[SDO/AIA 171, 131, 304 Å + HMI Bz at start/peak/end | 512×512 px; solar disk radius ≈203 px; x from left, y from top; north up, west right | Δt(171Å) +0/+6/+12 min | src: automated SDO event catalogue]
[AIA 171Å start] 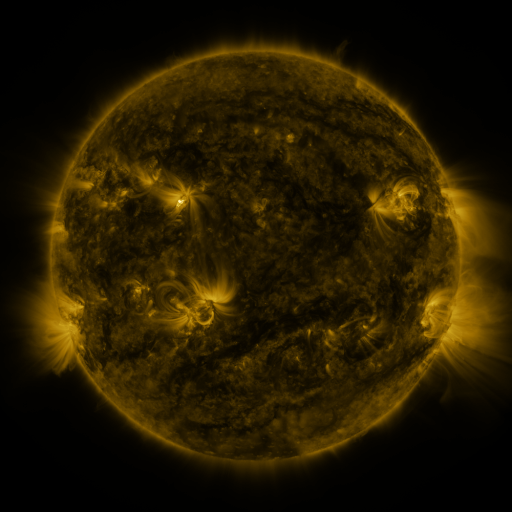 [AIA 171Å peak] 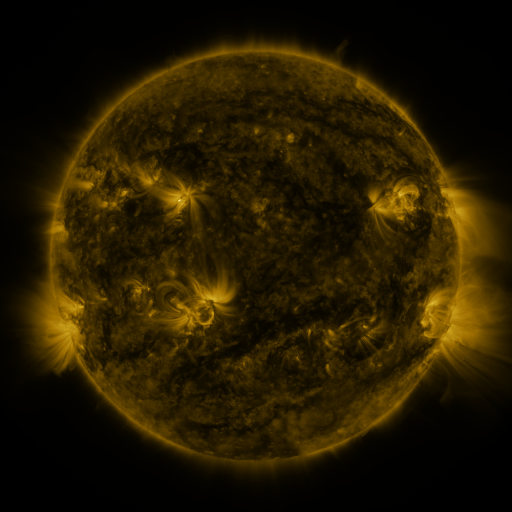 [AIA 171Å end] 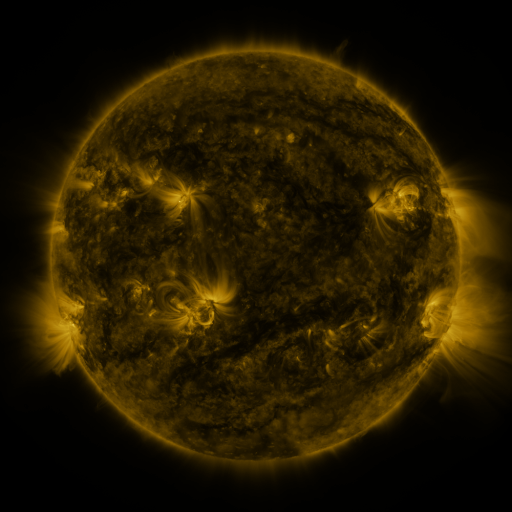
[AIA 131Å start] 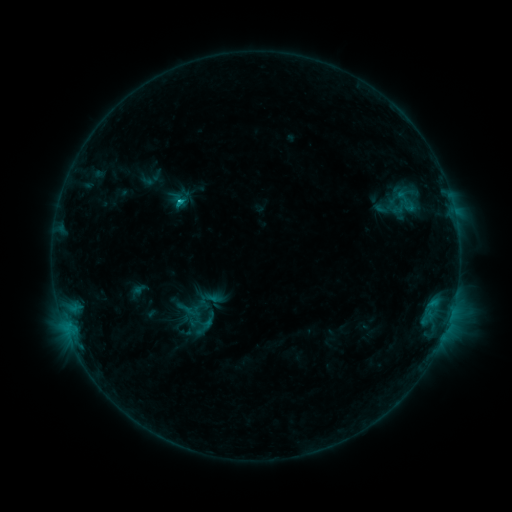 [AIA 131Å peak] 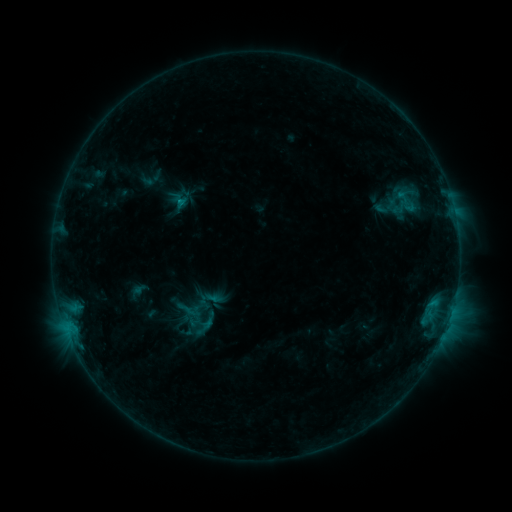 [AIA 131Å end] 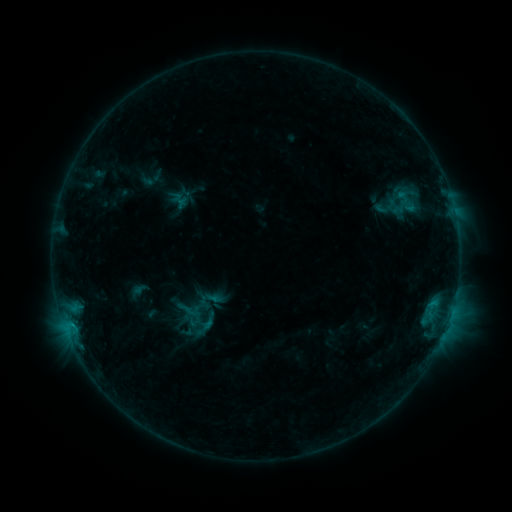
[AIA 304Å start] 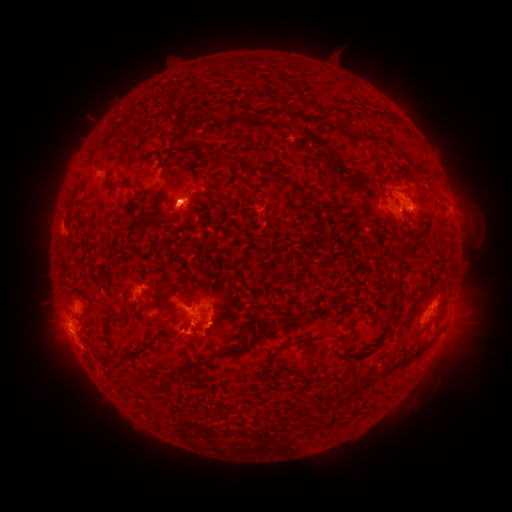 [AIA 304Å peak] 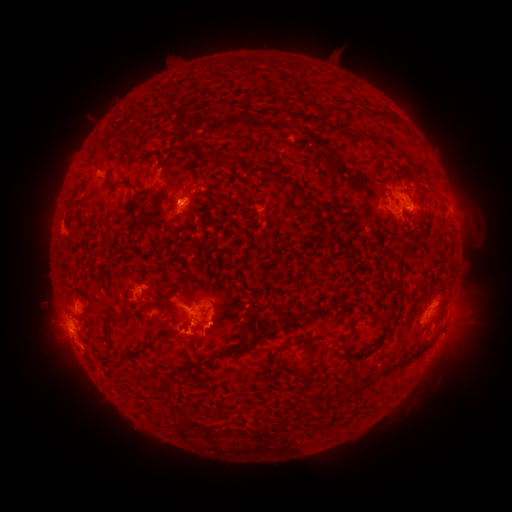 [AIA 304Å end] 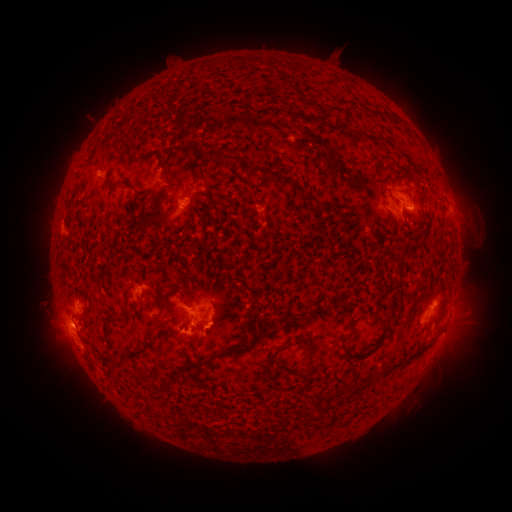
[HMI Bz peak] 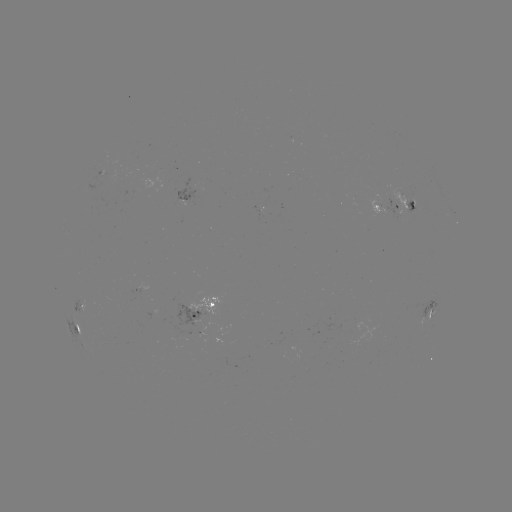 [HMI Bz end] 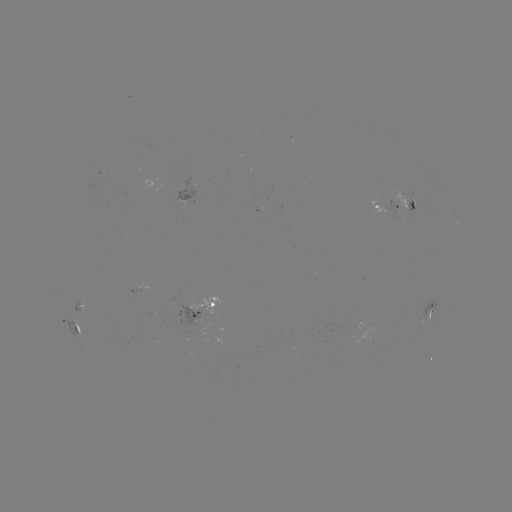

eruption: <bbox>146, 190, 197, 243</bbox>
